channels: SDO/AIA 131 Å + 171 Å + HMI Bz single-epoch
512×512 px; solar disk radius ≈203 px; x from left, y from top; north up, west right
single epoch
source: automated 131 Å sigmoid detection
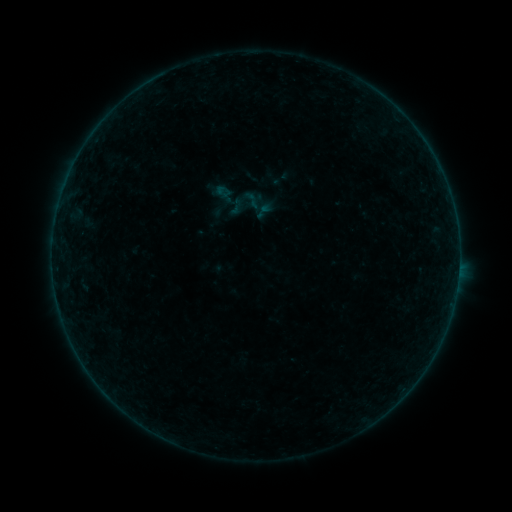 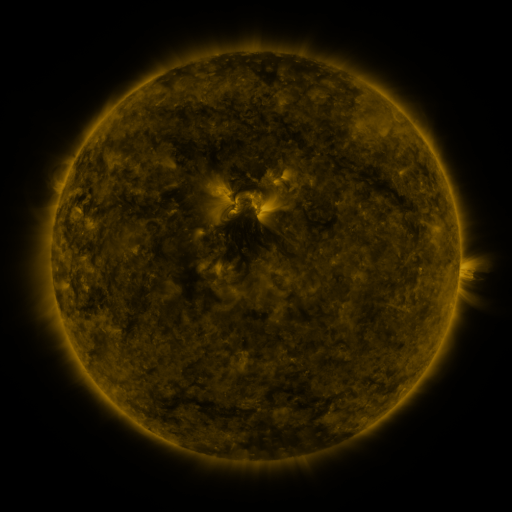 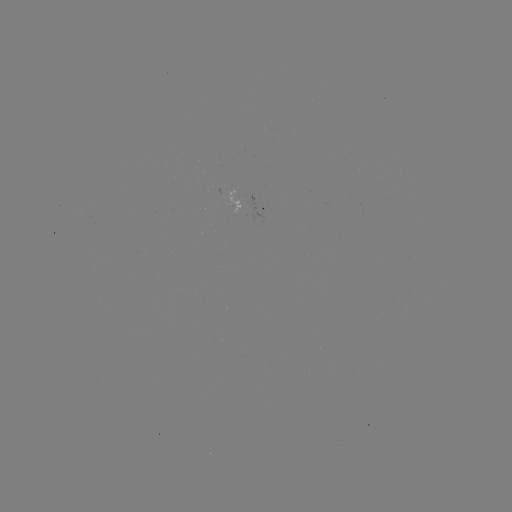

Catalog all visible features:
sigmoid: [268, 166, 293, 190]
sigmoid: [241, 190, 263, 211]
